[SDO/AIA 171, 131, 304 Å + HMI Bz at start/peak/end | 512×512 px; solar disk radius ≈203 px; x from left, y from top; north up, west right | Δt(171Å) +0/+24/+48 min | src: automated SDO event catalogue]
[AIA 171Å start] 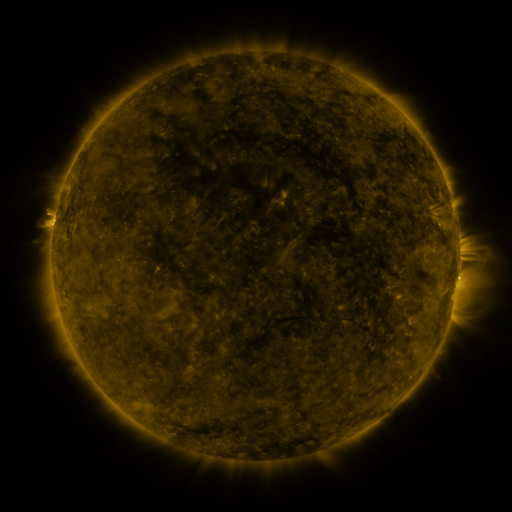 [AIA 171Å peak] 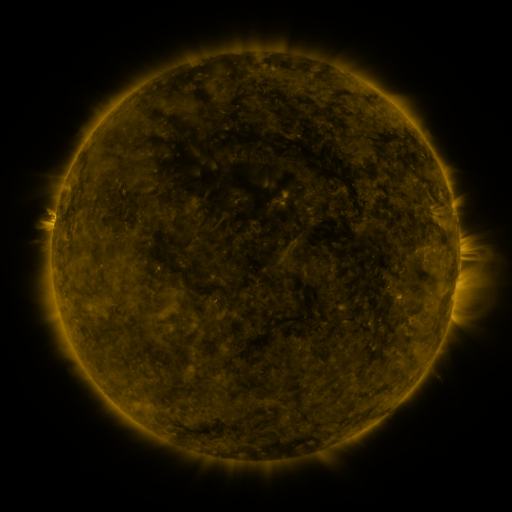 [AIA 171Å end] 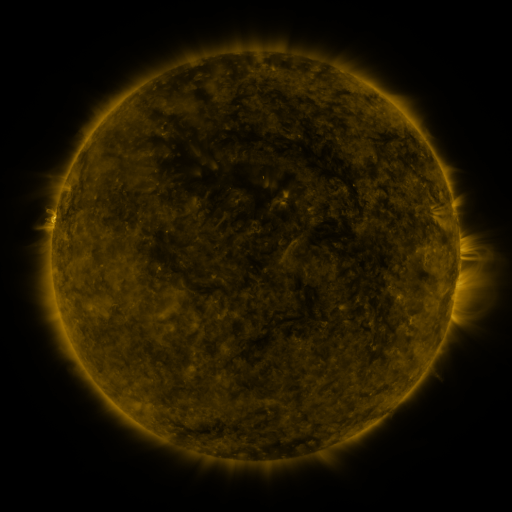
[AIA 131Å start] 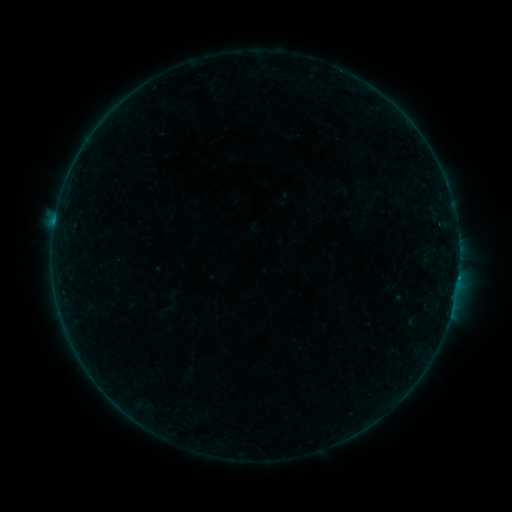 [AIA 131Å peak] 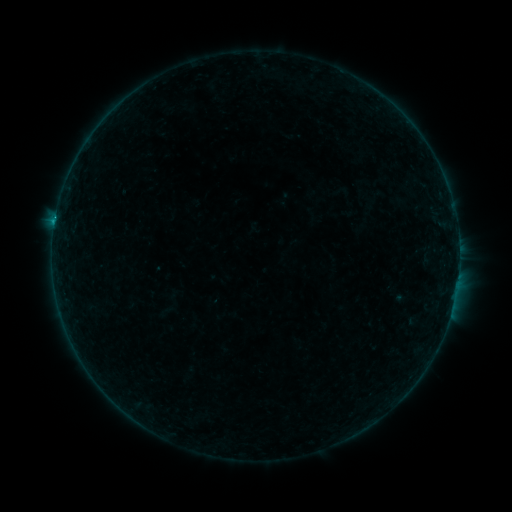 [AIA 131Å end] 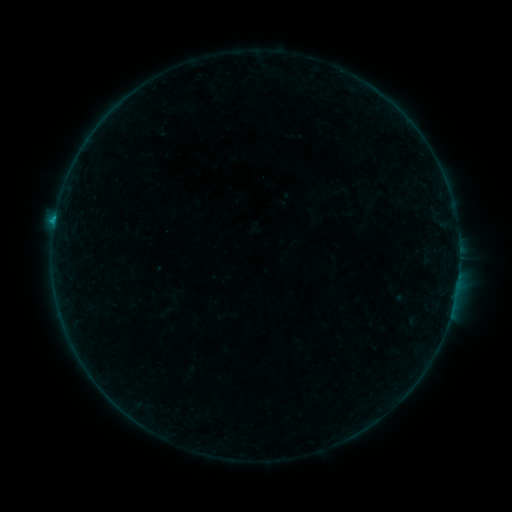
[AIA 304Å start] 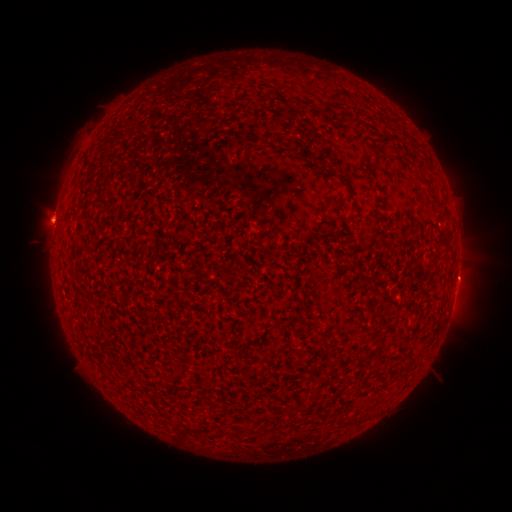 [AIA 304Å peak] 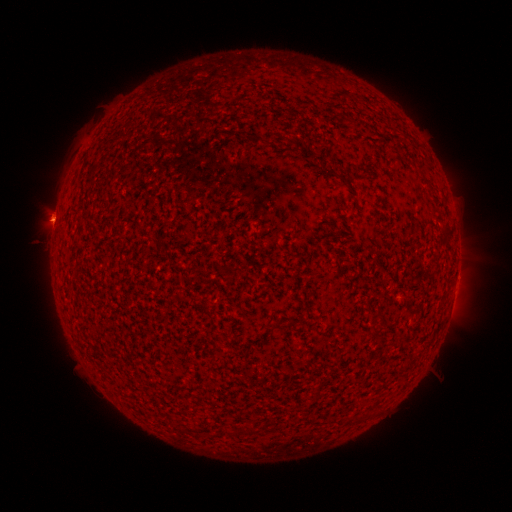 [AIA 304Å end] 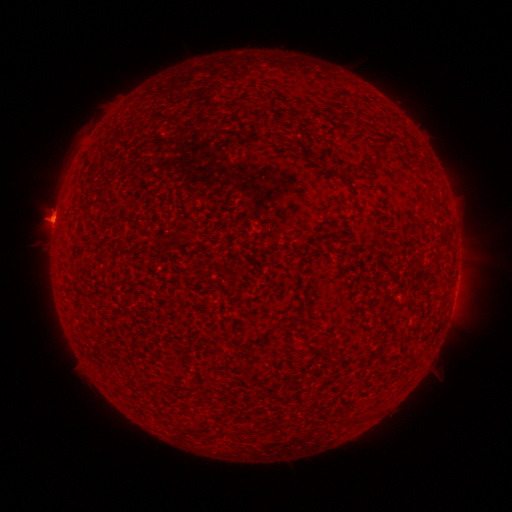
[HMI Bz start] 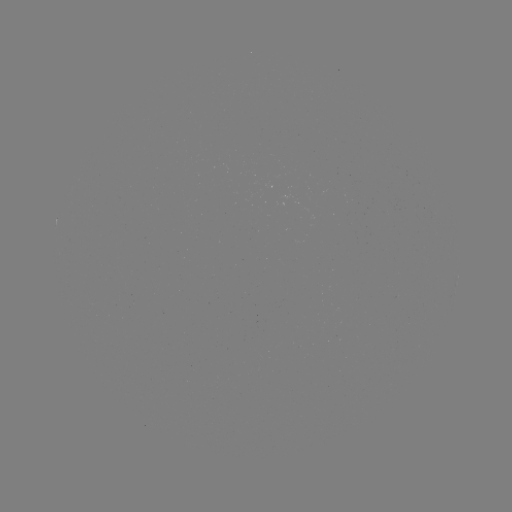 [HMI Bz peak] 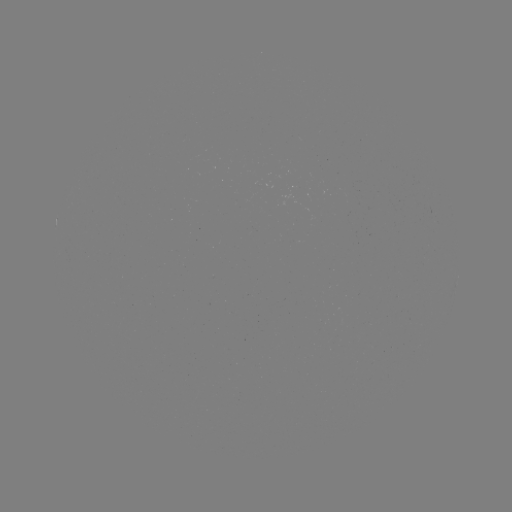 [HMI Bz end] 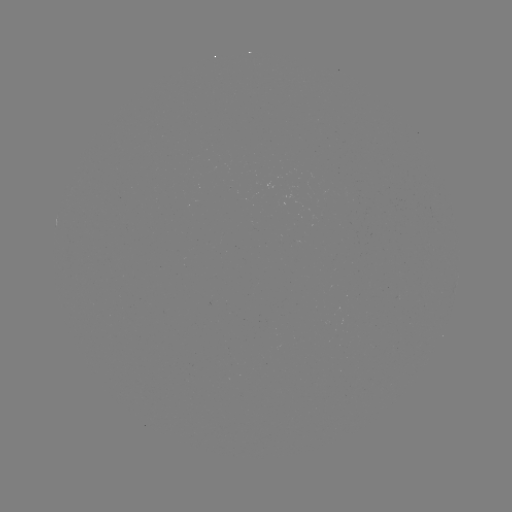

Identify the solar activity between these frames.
B7.5 flare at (55, 221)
